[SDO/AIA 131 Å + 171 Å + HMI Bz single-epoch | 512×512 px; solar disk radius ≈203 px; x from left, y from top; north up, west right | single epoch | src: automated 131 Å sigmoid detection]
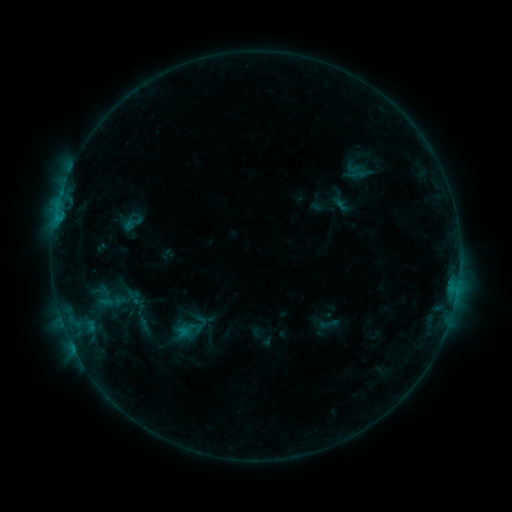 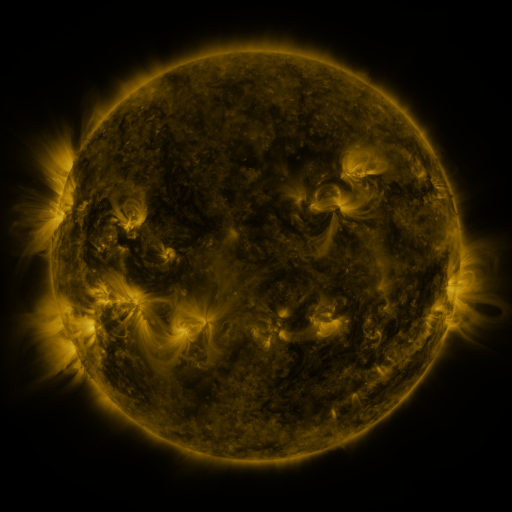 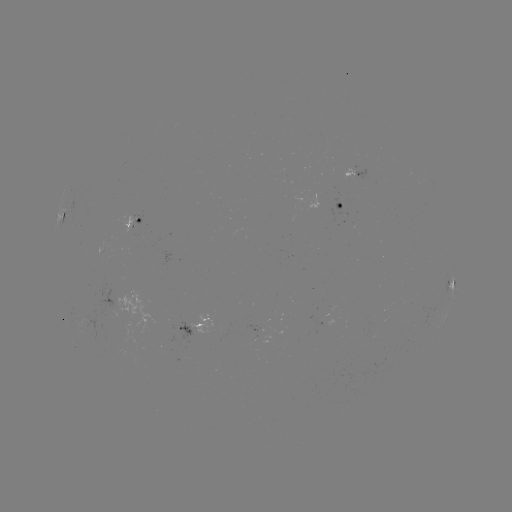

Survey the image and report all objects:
sigmoid: <bbox>121, 286, 143, 308</bbox>
sigmoid: <bbox>168, 307, 213, 348</bbox>
sigmoid: <bbox>319, 314, 339, 334</bbox>
